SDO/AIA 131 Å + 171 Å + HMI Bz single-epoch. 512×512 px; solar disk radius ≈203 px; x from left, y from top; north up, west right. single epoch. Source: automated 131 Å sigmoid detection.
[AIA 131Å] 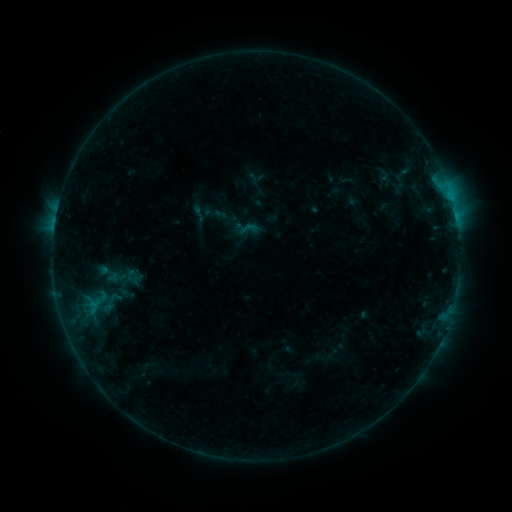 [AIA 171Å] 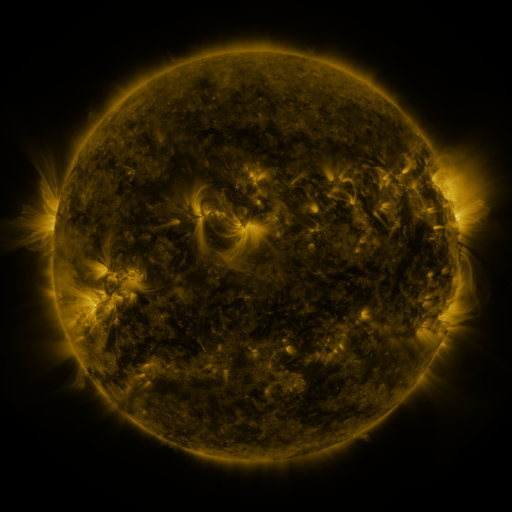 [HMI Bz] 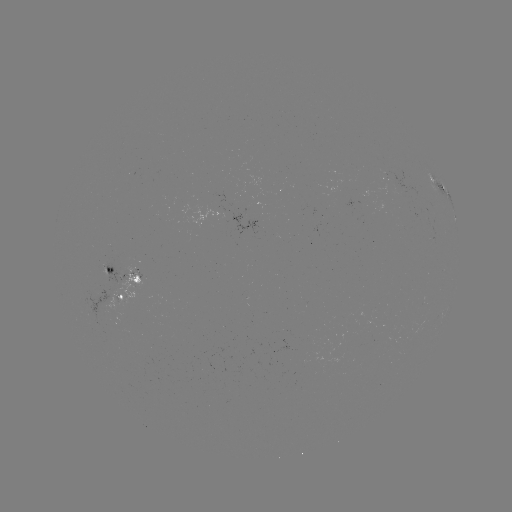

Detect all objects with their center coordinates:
sigmoid: (199, 213)
